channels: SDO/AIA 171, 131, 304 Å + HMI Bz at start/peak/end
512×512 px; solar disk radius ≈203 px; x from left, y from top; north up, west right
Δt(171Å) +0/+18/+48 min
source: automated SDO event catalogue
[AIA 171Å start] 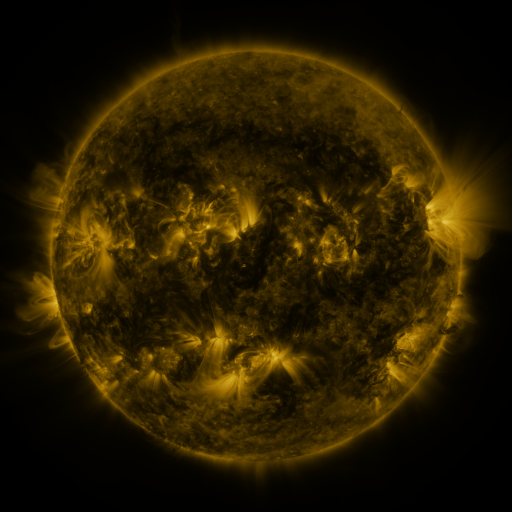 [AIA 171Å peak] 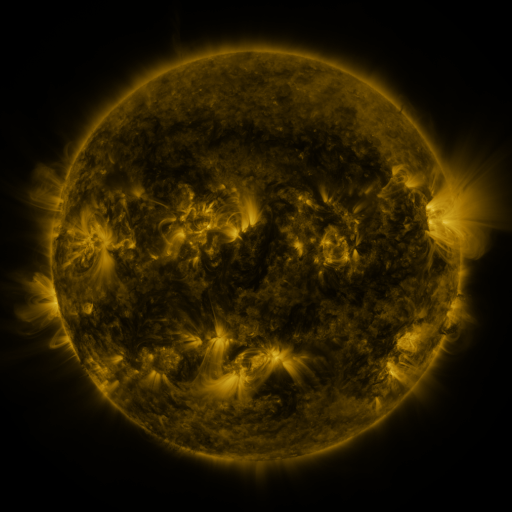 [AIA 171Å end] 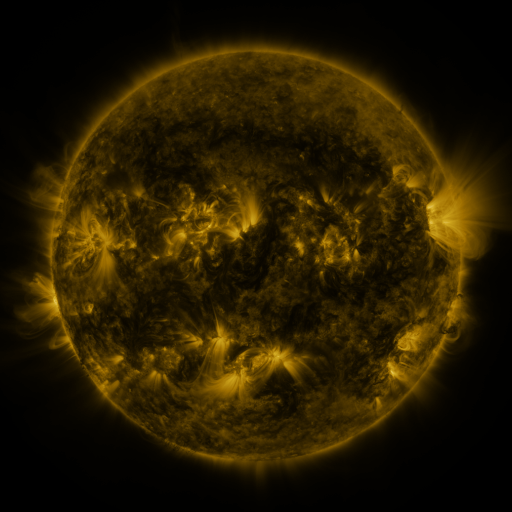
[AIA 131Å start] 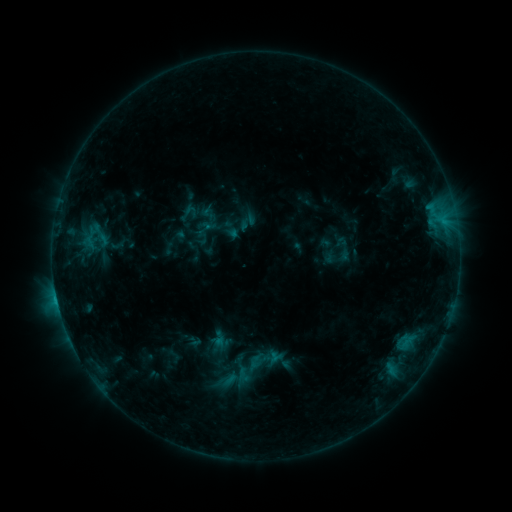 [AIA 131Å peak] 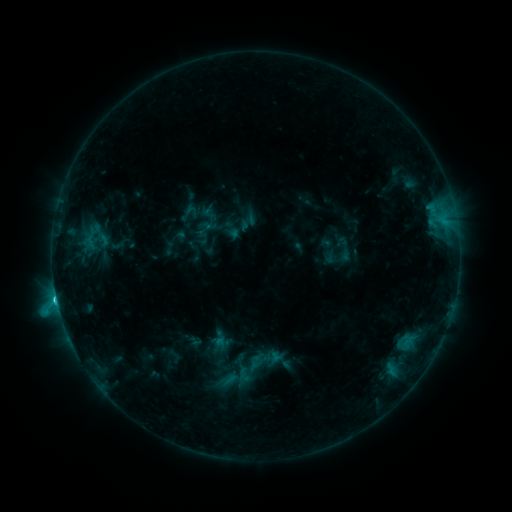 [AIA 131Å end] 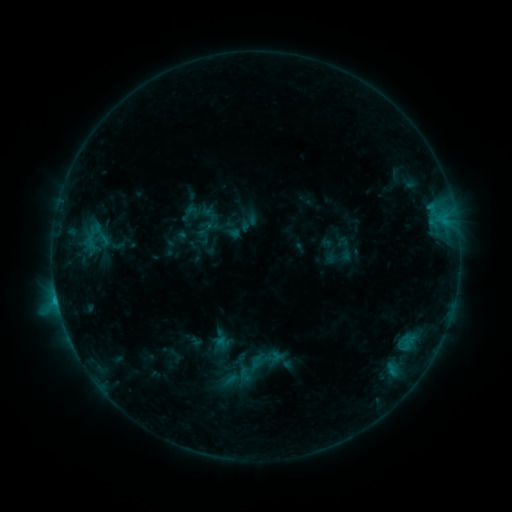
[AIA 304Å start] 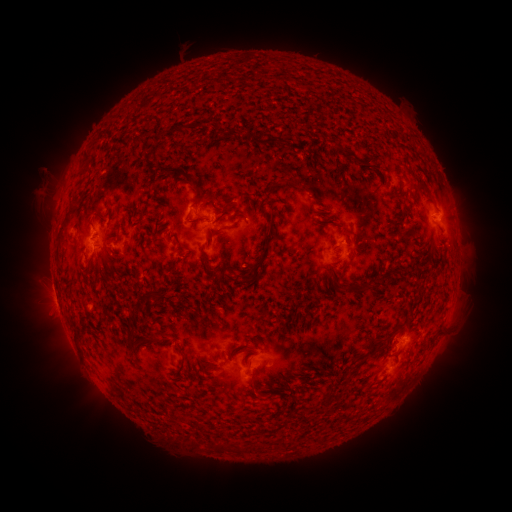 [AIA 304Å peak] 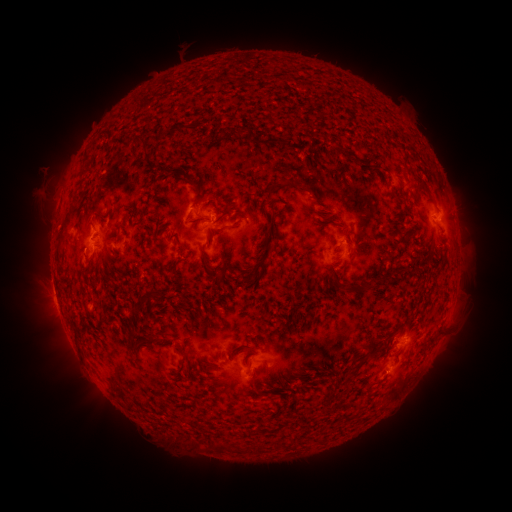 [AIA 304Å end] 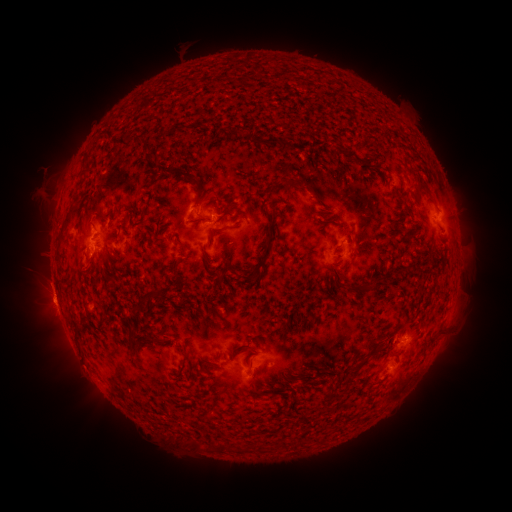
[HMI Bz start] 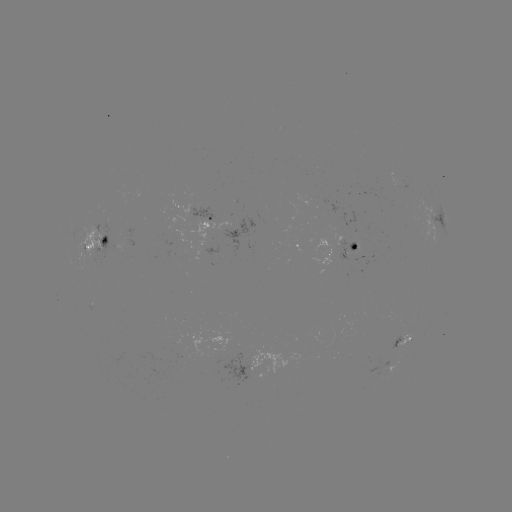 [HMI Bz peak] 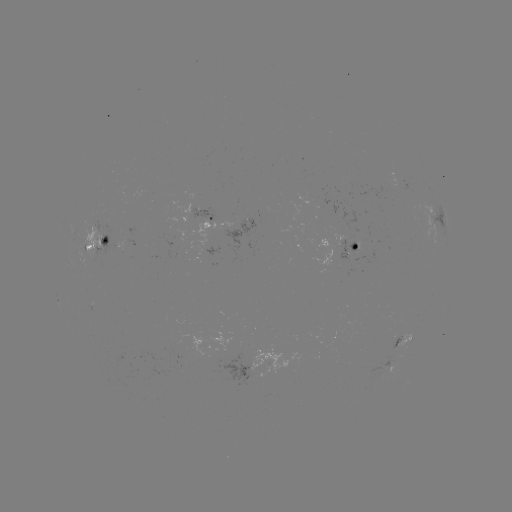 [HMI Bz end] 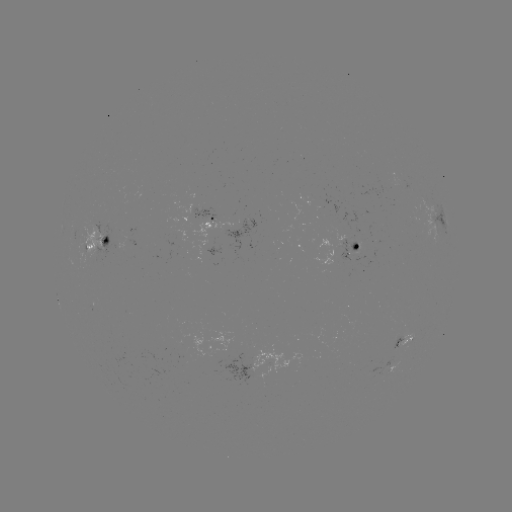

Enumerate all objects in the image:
C1.8 flare: (57, 298)
